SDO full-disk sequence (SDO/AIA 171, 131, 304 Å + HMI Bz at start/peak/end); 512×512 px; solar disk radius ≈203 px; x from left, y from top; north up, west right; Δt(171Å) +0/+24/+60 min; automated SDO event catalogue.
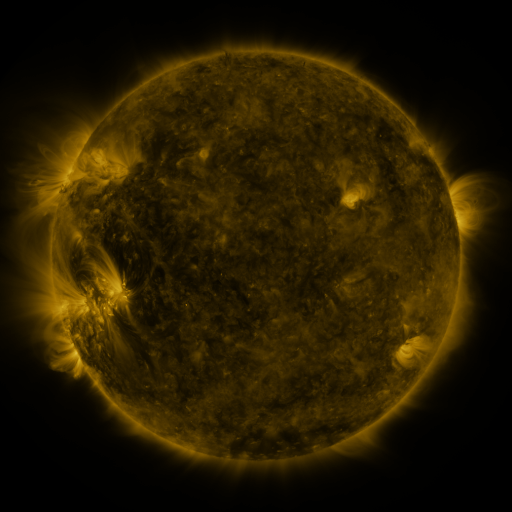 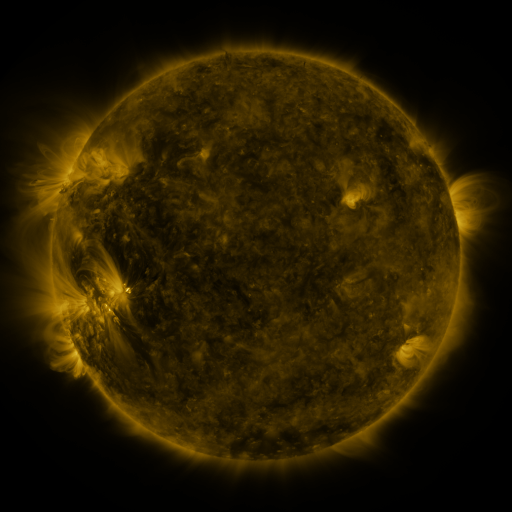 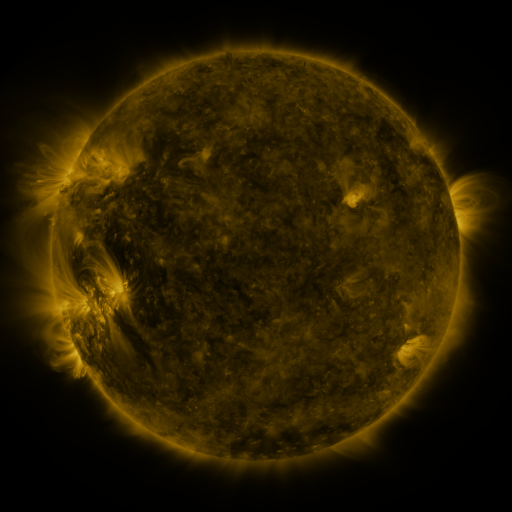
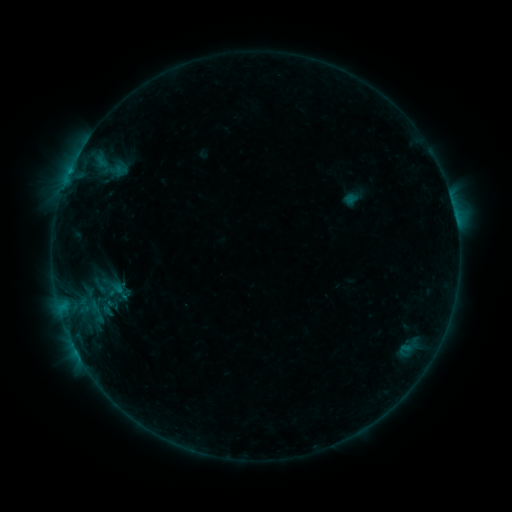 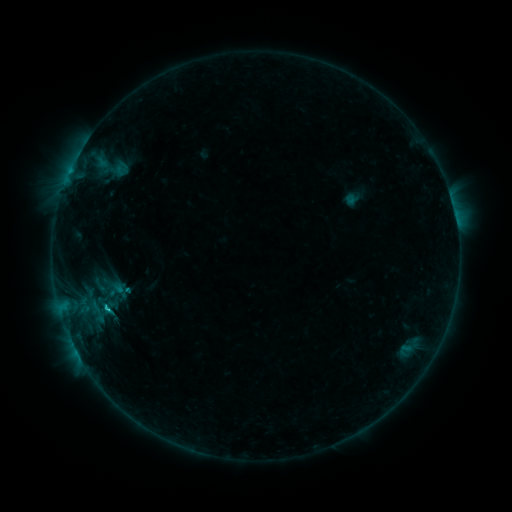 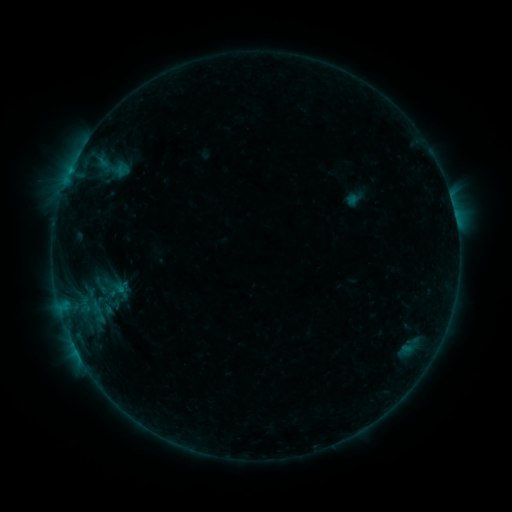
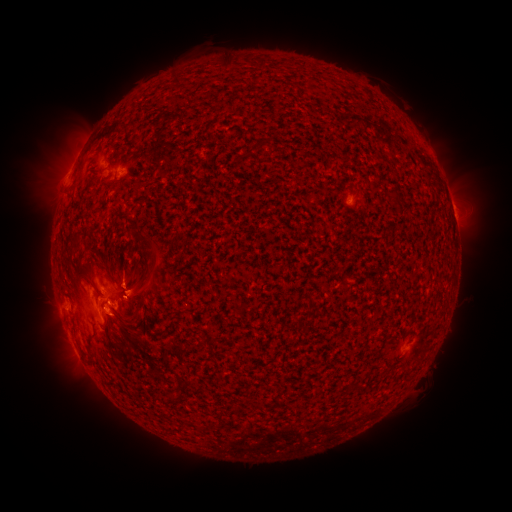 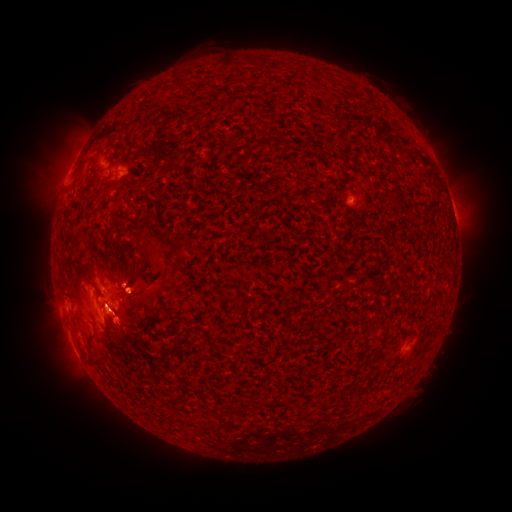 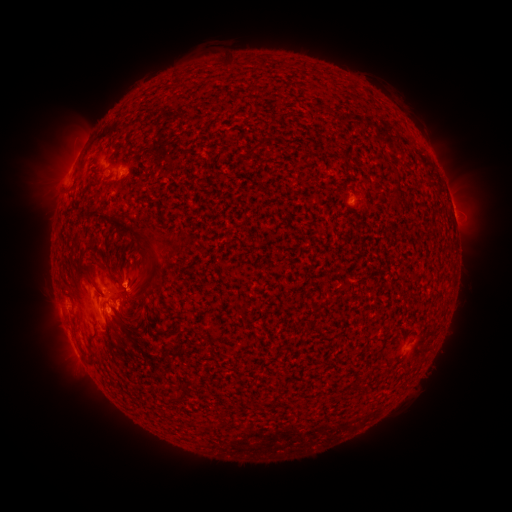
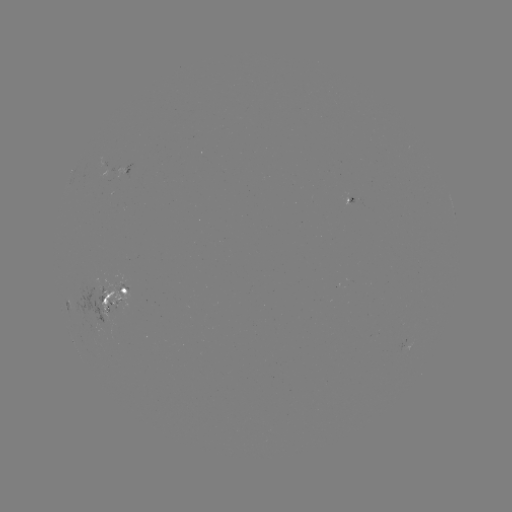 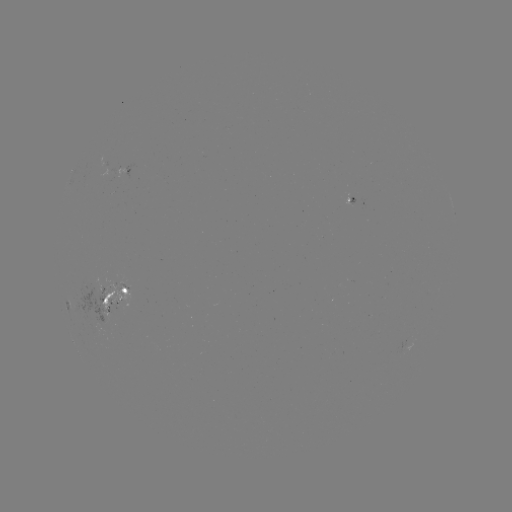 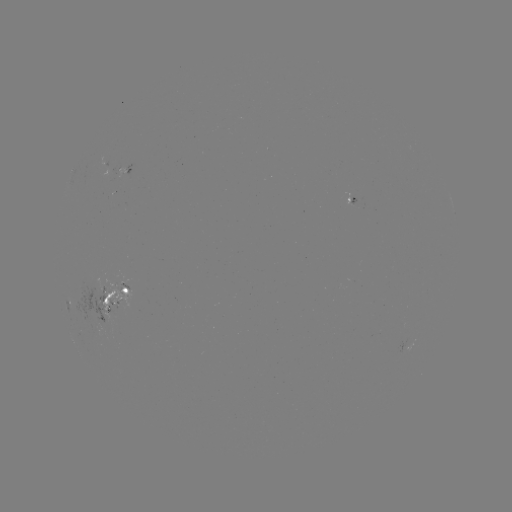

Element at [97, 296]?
emerging-flux region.